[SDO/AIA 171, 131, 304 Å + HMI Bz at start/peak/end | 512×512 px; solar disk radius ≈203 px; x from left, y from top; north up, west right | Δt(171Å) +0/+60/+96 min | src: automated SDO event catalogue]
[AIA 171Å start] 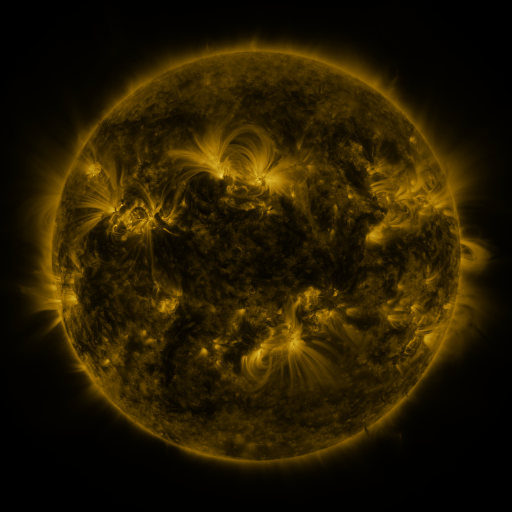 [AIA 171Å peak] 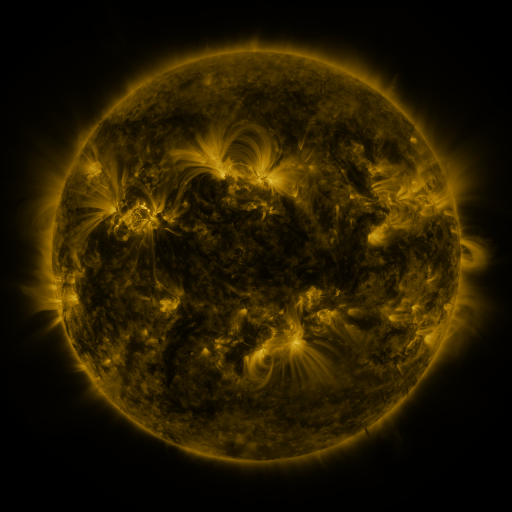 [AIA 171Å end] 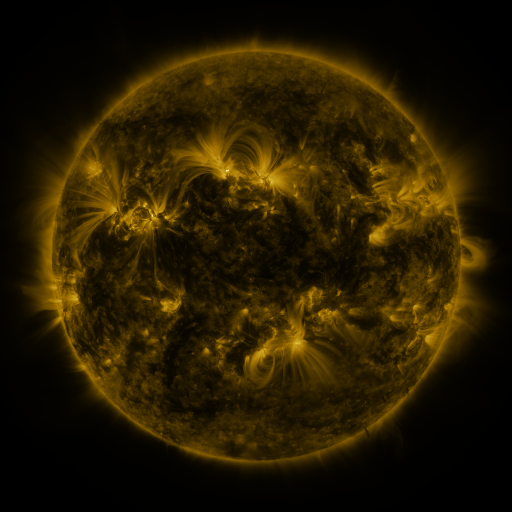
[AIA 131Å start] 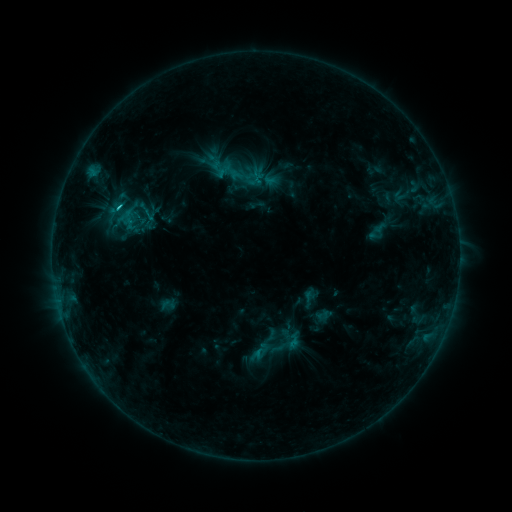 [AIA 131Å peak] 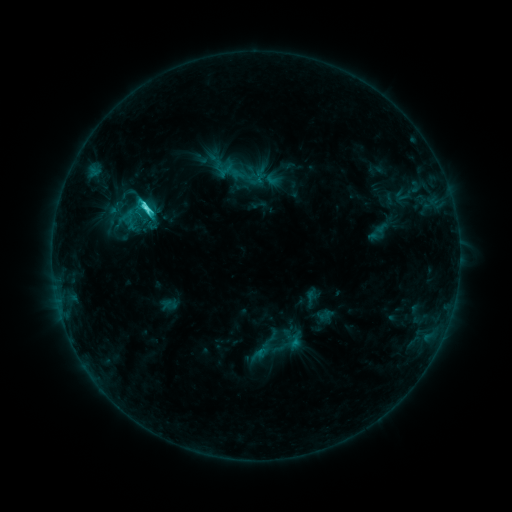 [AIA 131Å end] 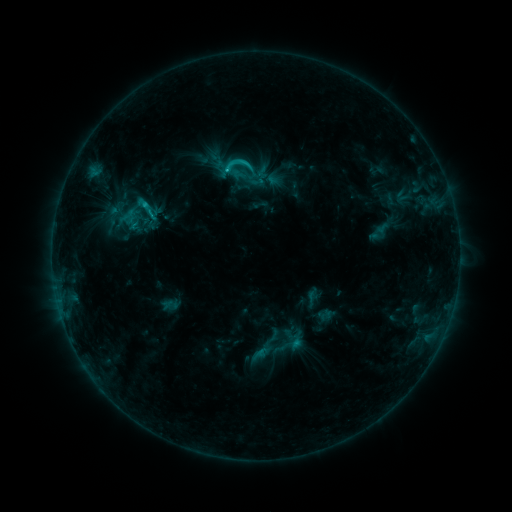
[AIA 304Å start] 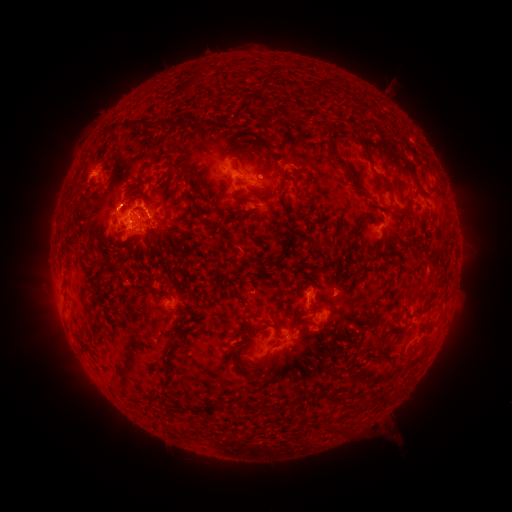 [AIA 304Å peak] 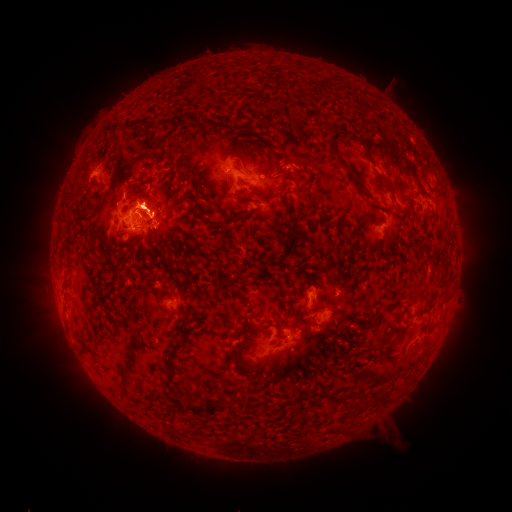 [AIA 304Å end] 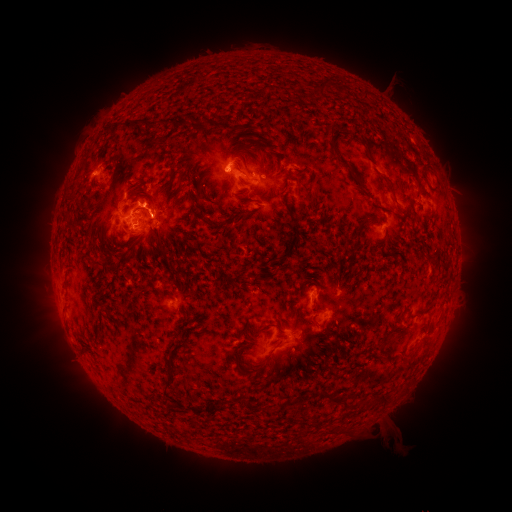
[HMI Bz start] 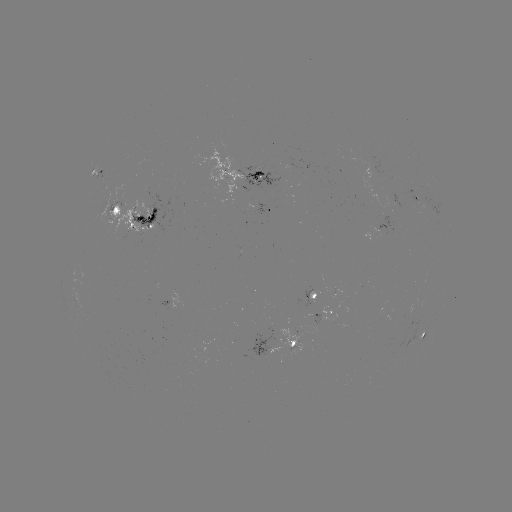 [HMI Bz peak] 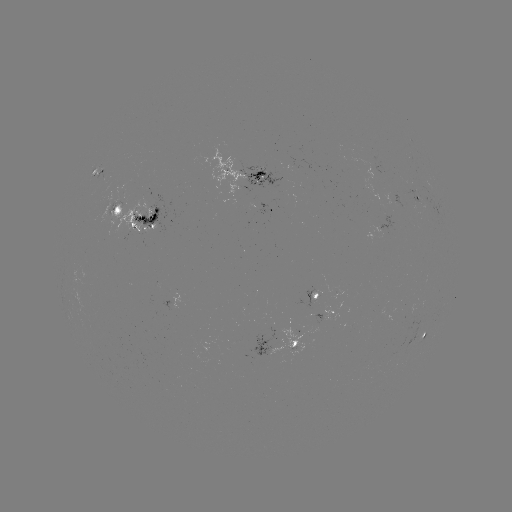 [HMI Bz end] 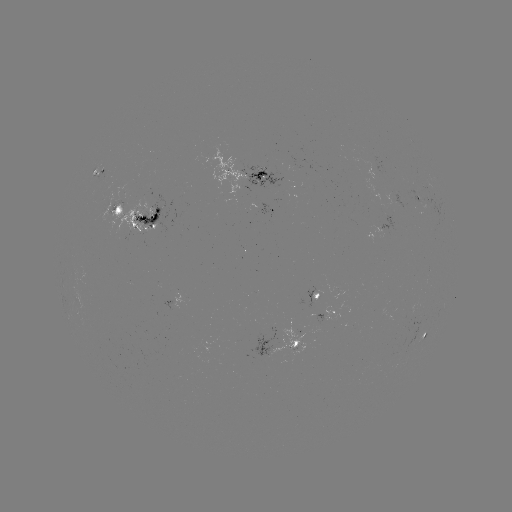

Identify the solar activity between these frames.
emerging-flux region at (176, 296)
